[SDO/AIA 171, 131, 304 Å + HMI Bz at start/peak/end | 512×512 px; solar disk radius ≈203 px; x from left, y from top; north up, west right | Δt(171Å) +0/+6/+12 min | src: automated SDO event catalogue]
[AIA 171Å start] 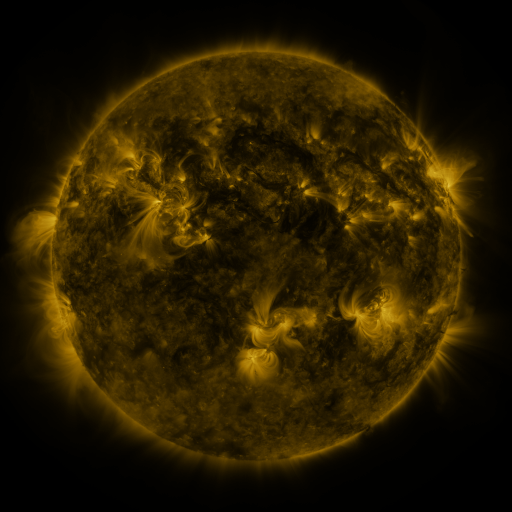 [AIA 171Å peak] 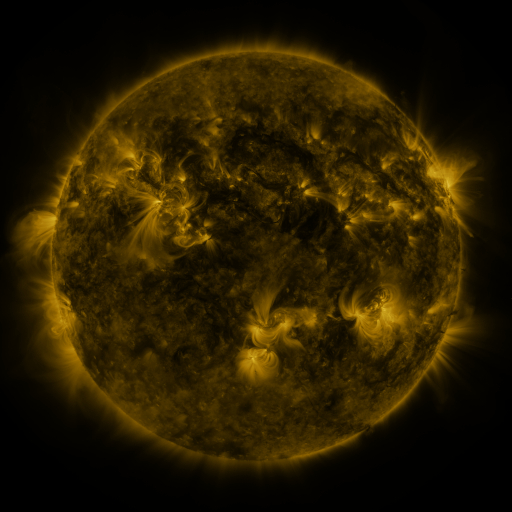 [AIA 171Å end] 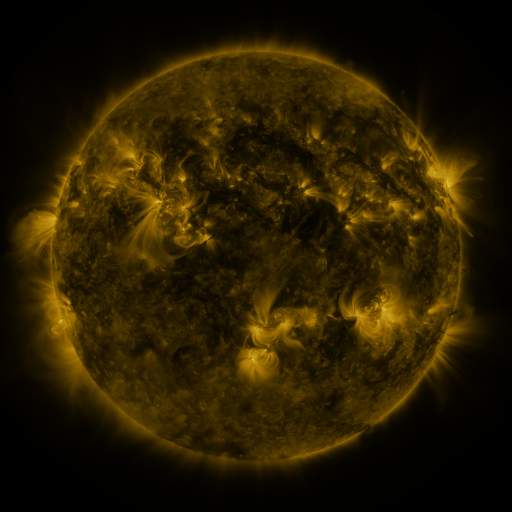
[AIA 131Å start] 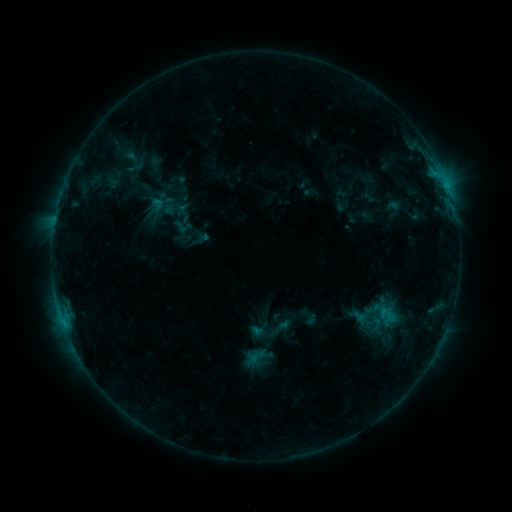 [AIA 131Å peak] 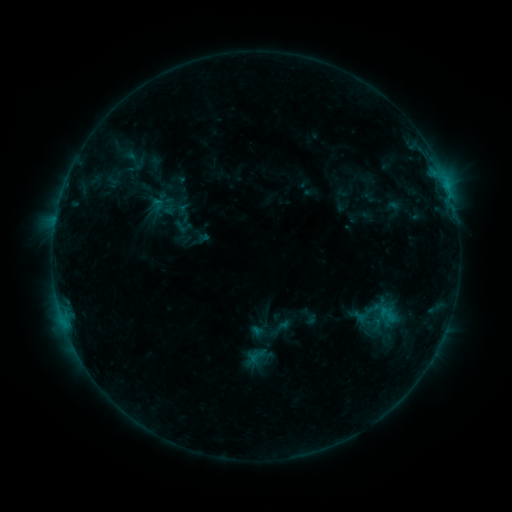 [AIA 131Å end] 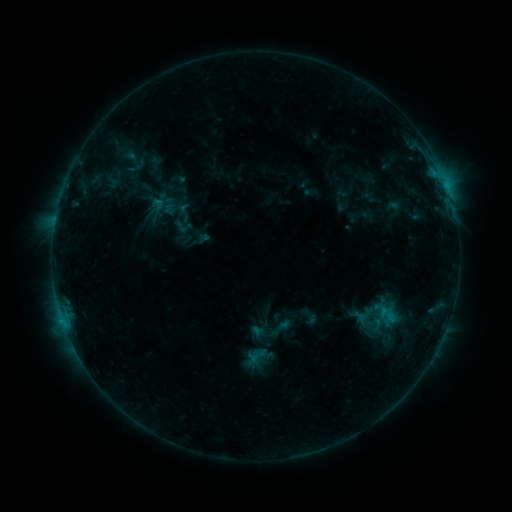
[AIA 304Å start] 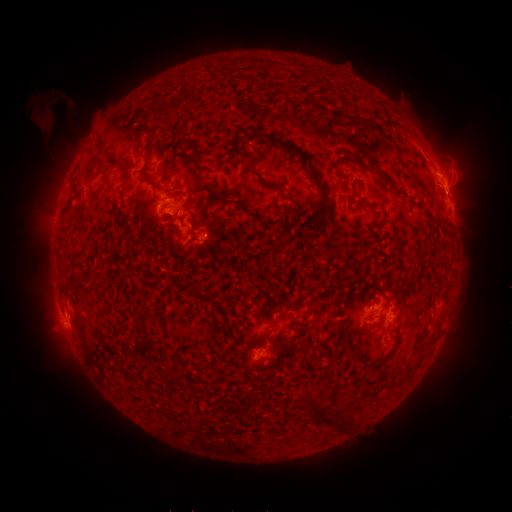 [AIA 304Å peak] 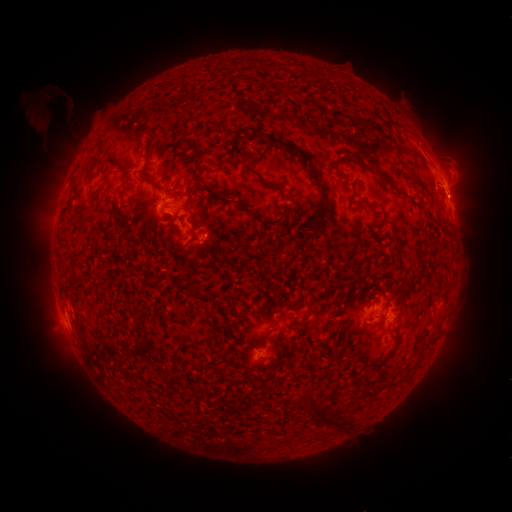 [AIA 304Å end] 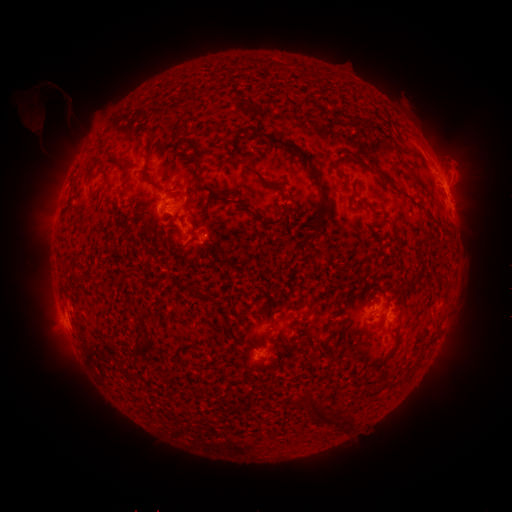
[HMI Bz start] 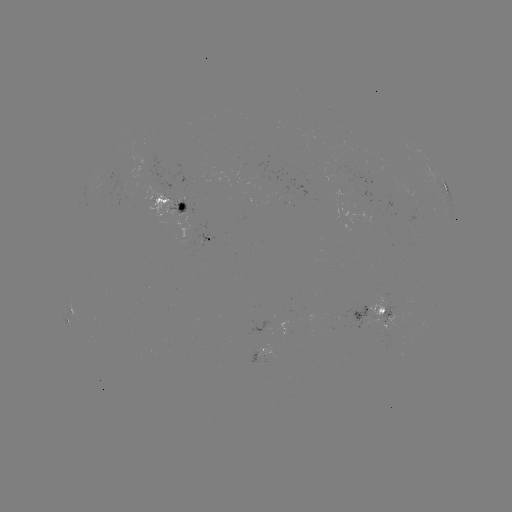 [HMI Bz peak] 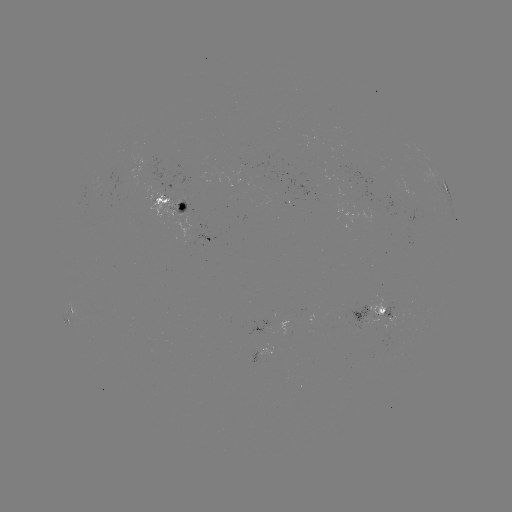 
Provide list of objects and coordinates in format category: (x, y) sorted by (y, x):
eruption: (45, 110)
